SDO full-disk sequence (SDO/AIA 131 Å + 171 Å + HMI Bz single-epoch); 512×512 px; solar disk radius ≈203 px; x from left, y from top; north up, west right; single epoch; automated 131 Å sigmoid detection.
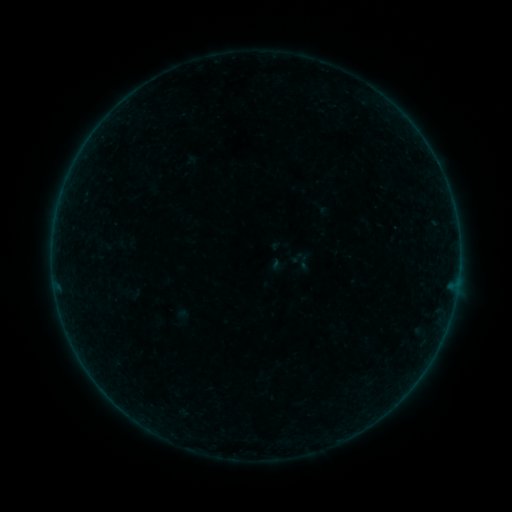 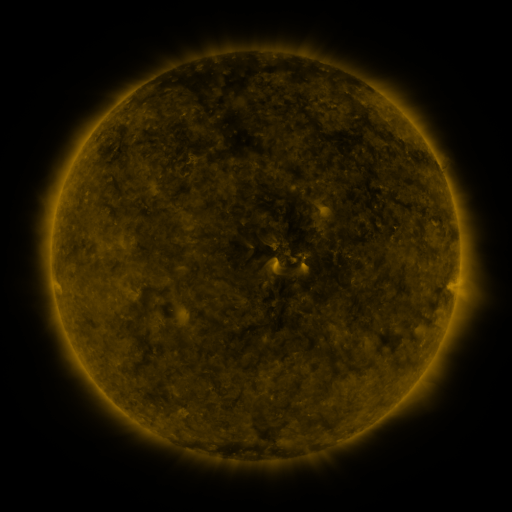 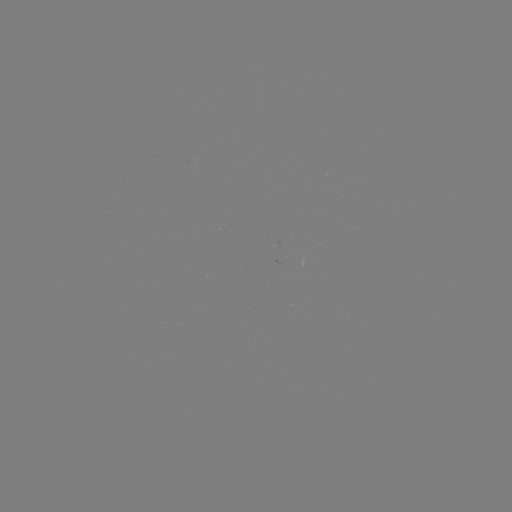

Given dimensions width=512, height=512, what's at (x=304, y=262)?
sigmoid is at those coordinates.